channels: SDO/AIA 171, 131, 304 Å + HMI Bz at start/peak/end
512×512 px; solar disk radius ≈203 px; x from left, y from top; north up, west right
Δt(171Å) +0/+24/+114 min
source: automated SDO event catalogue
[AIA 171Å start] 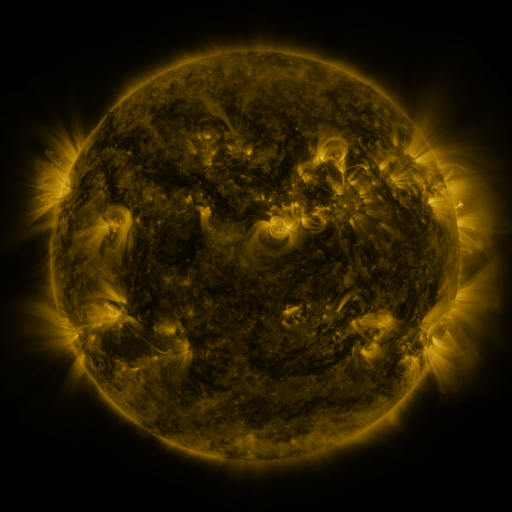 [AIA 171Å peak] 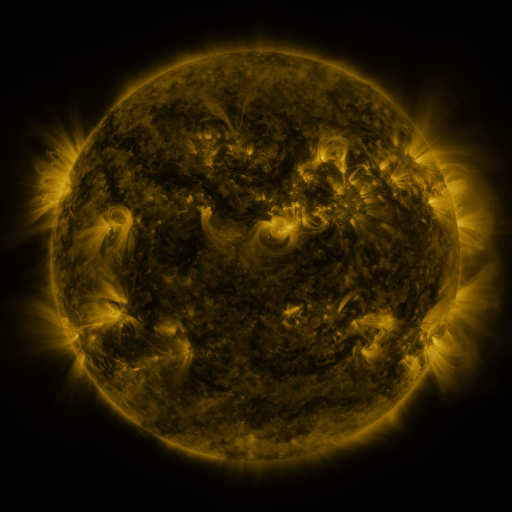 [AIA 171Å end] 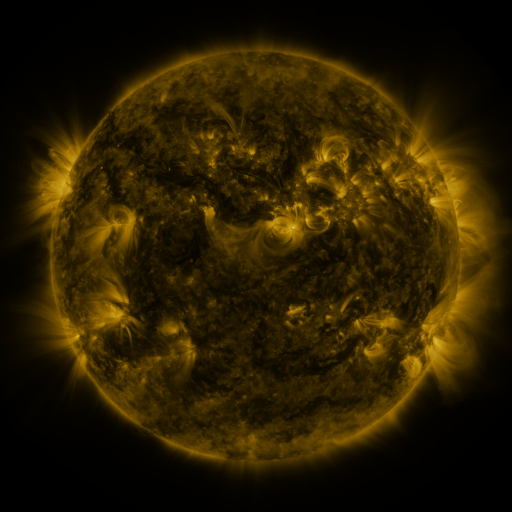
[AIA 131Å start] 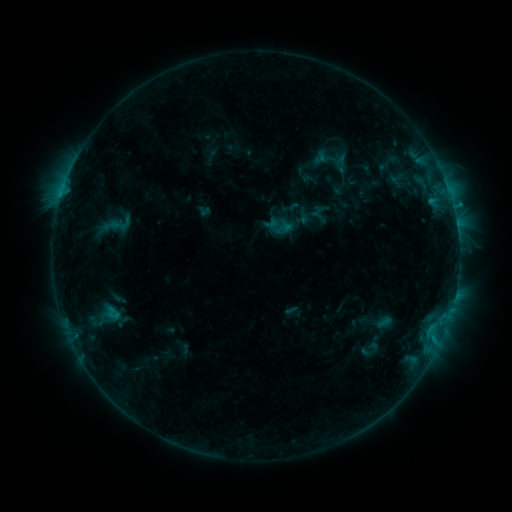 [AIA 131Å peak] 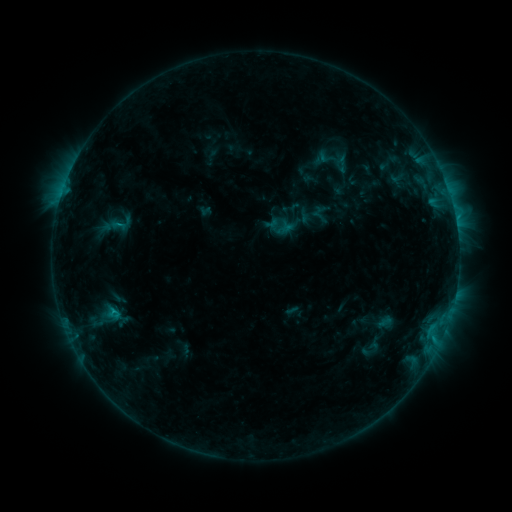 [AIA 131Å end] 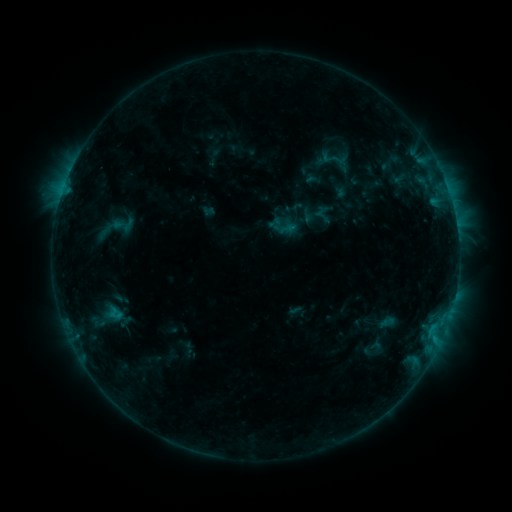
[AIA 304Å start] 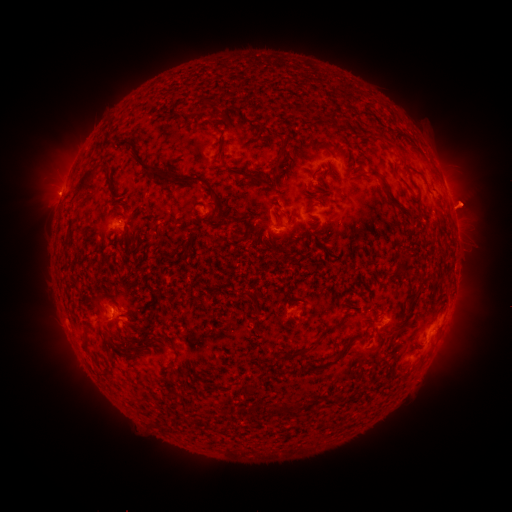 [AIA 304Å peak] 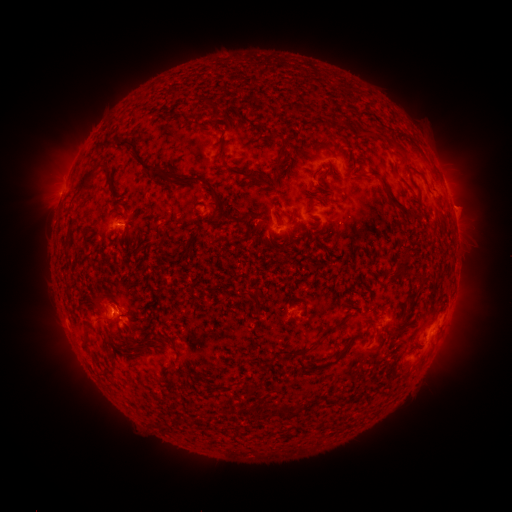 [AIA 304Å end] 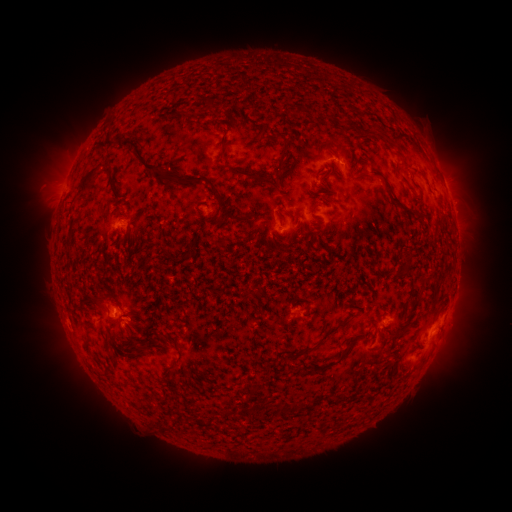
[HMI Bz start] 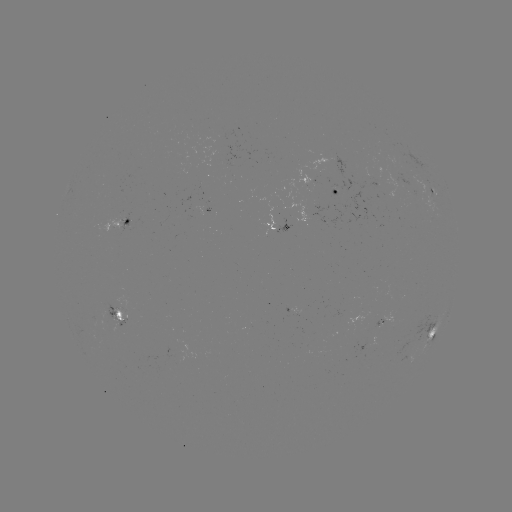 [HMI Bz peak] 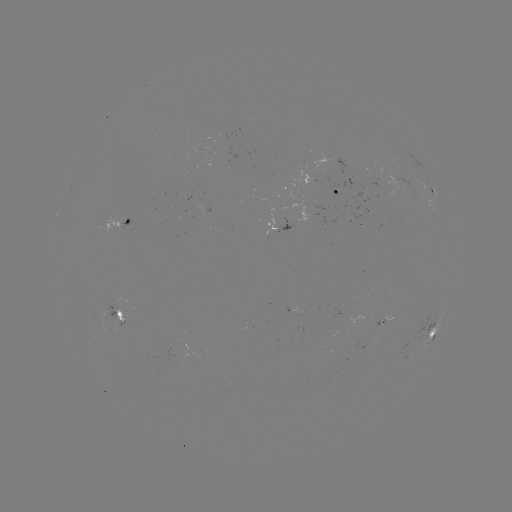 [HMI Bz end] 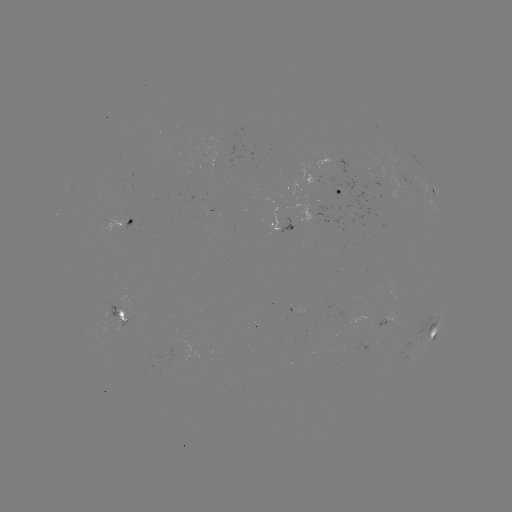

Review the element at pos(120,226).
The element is C1.2 flare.